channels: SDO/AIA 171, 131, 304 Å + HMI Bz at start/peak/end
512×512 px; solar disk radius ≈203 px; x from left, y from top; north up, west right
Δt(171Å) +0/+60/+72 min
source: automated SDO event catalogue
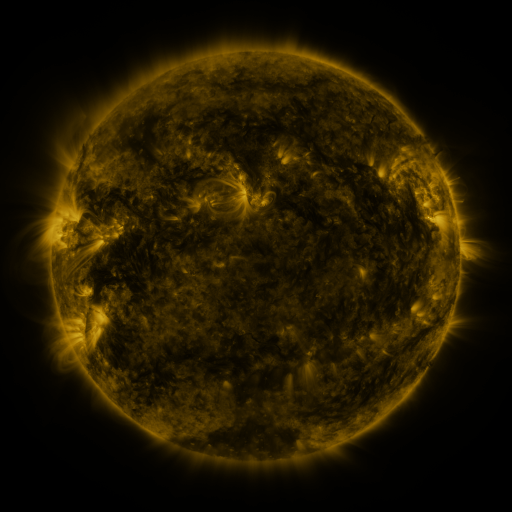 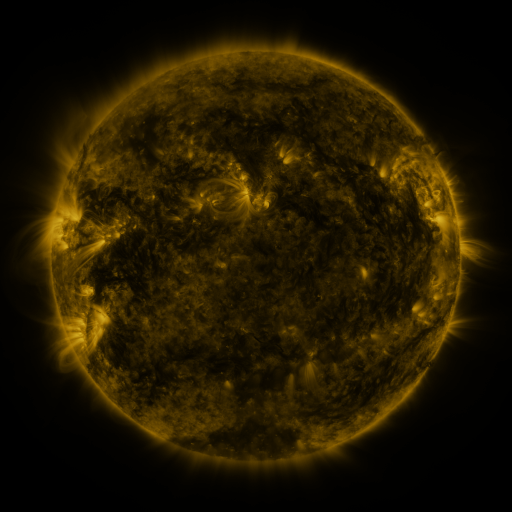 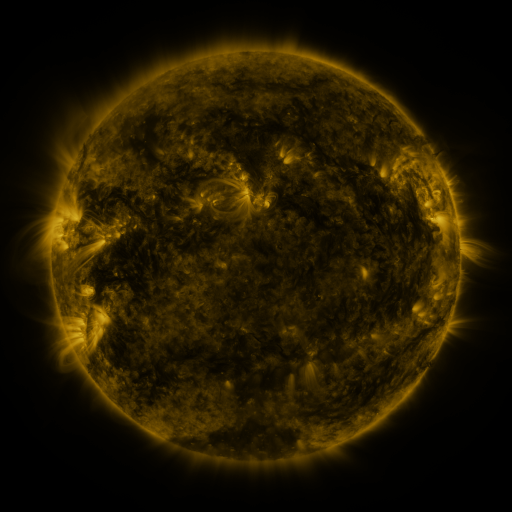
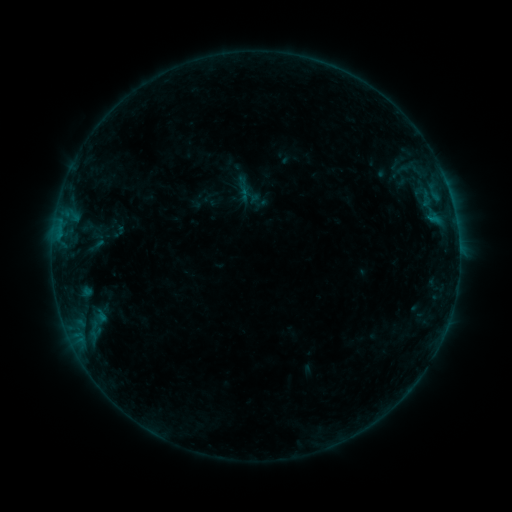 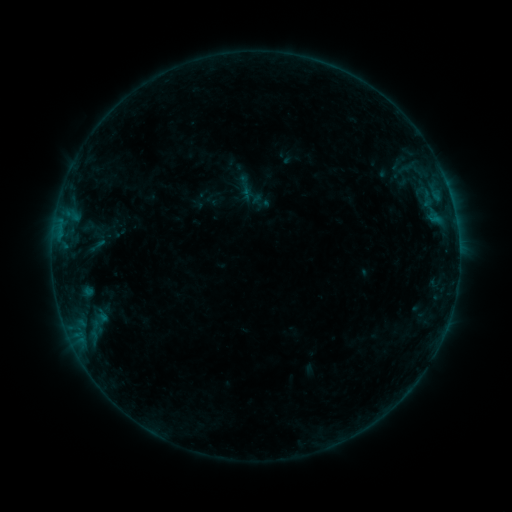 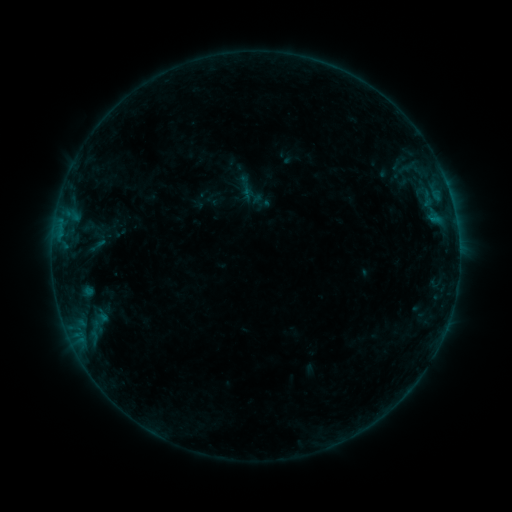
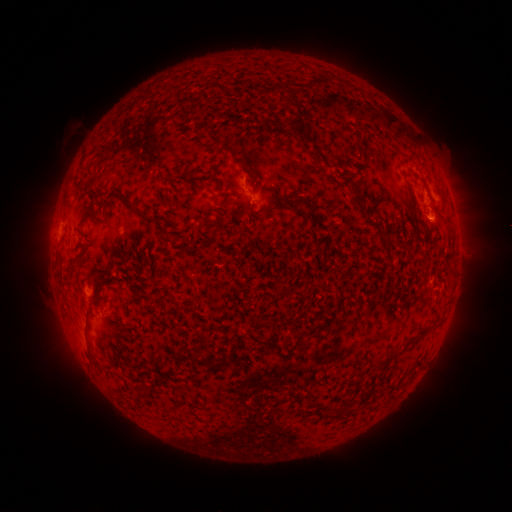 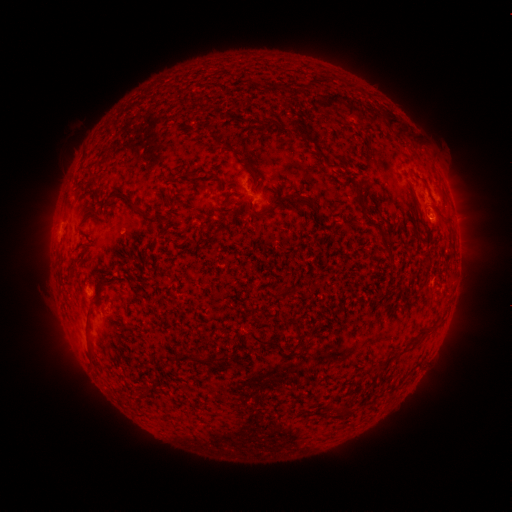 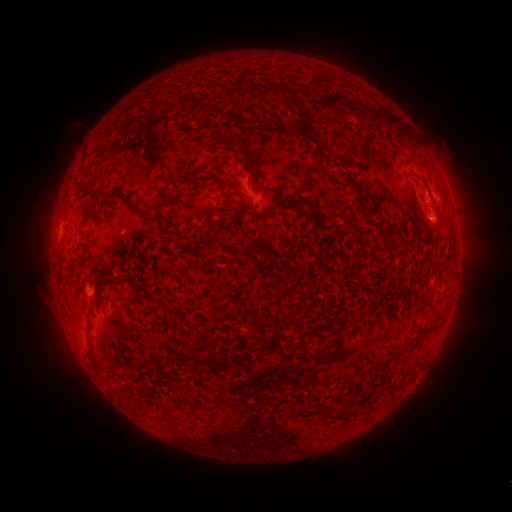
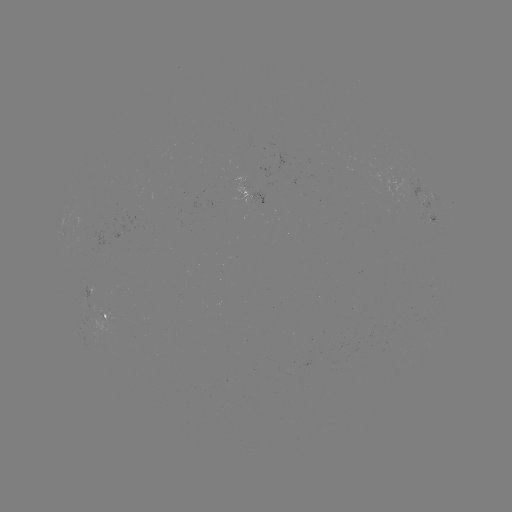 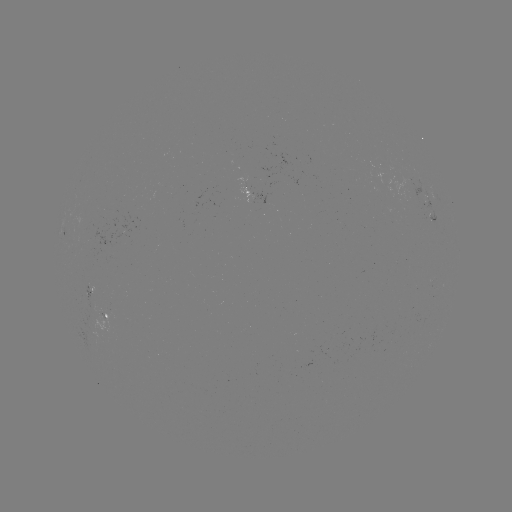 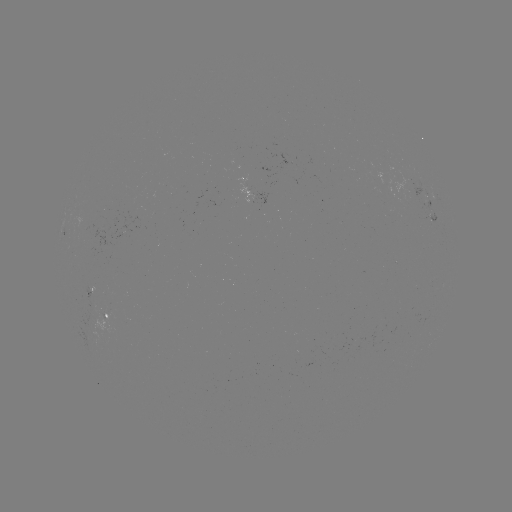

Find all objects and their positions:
emerging-flux region: (382, 181)
